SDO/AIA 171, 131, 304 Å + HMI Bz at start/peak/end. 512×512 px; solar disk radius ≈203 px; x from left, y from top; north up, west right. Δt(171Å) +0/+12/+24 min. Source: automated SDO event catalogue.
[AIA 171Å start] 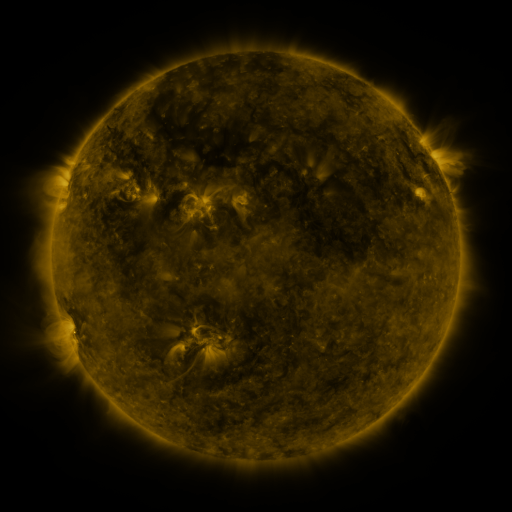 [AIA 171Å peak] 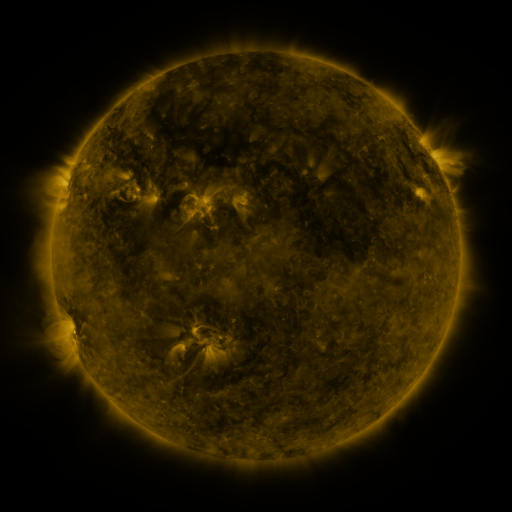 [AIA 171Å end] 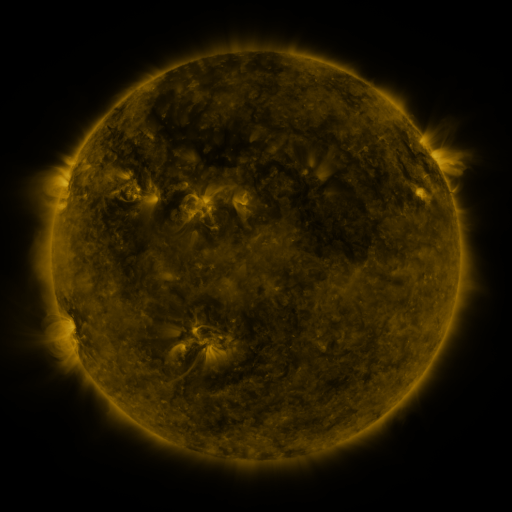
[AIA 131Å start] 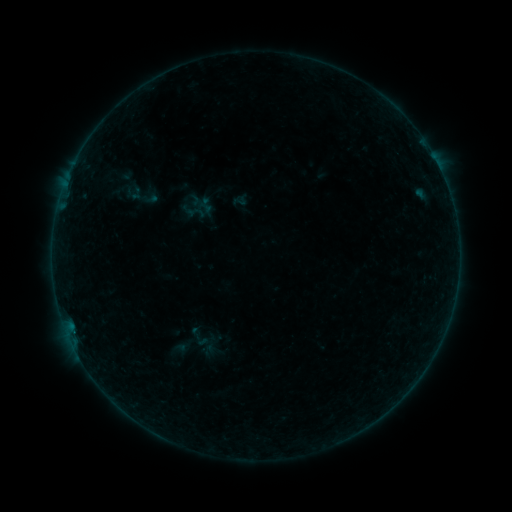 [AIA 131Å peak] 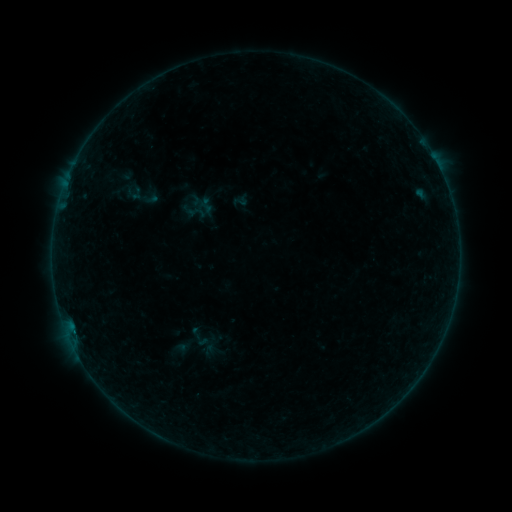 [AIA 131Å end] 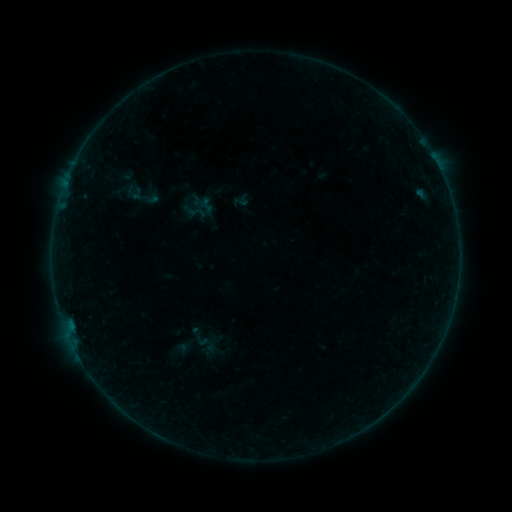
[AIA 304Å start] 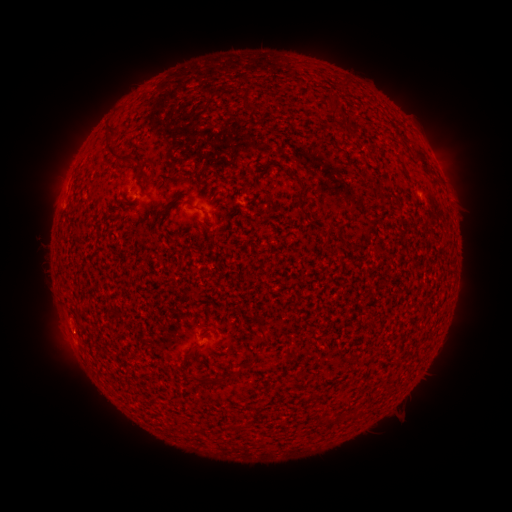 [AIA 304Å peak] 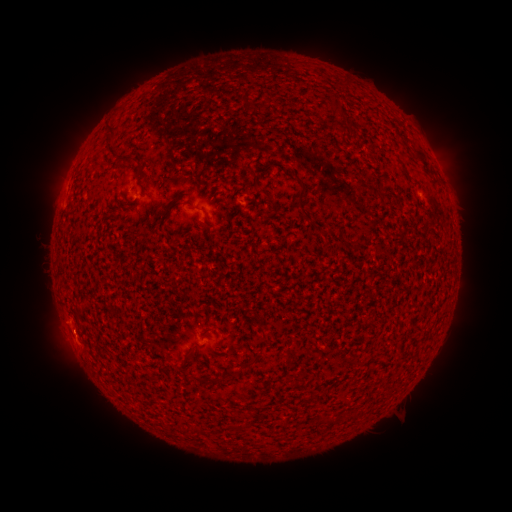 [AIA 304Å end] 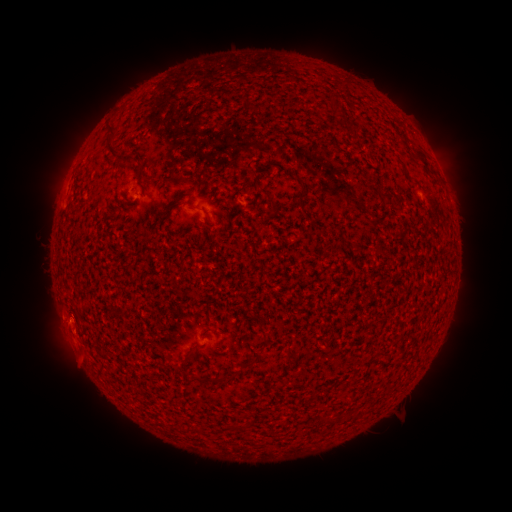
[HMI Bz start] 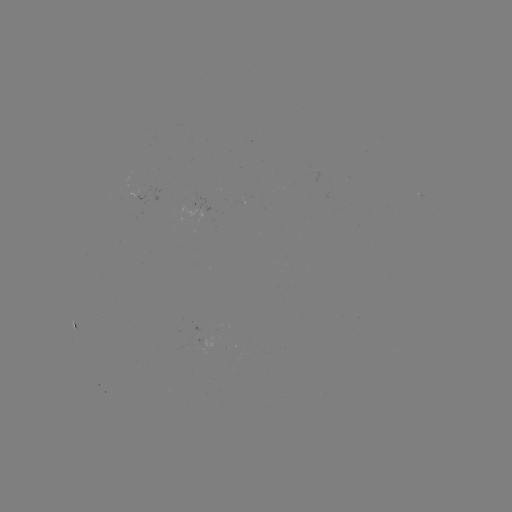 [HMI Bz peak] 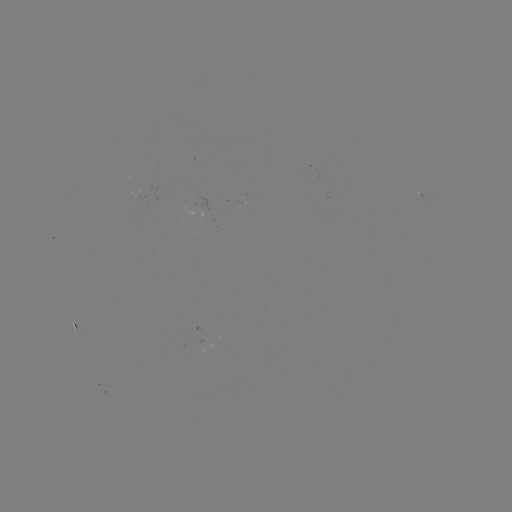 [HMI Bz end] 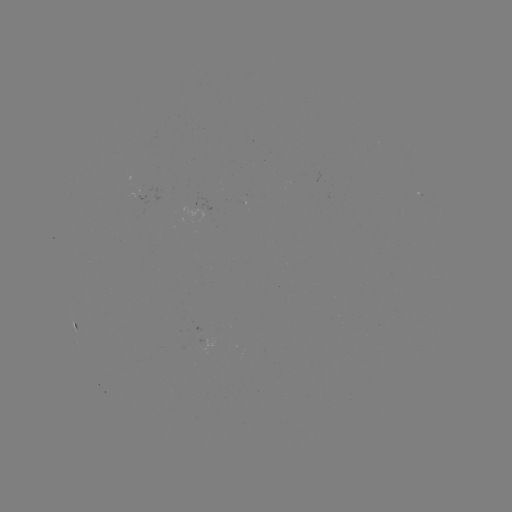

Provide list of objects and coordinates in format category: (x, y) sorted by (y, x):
eruption: (70, 347)
